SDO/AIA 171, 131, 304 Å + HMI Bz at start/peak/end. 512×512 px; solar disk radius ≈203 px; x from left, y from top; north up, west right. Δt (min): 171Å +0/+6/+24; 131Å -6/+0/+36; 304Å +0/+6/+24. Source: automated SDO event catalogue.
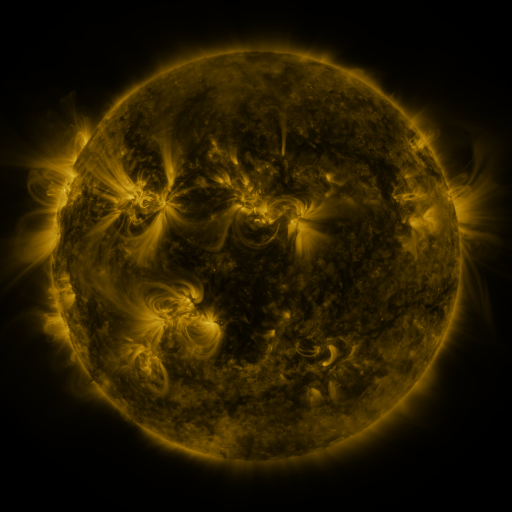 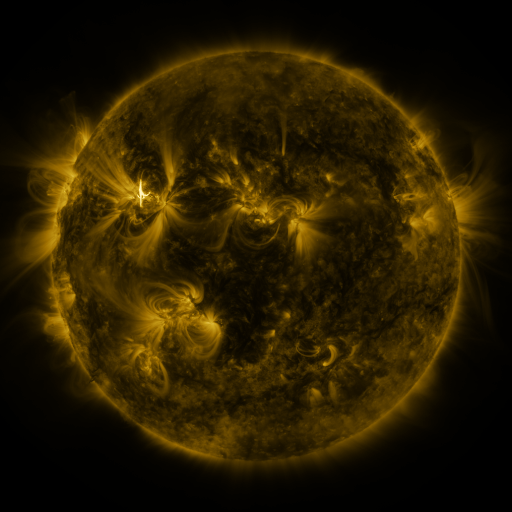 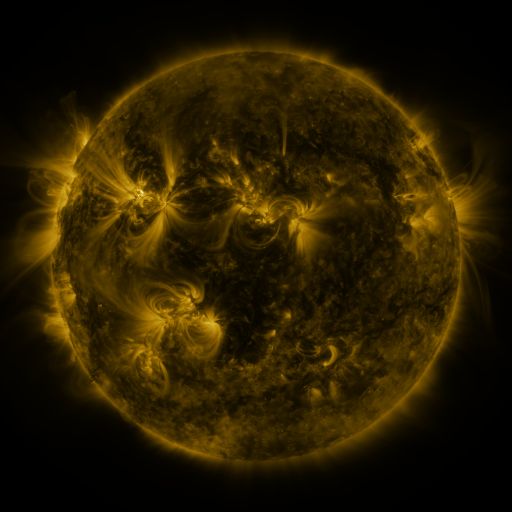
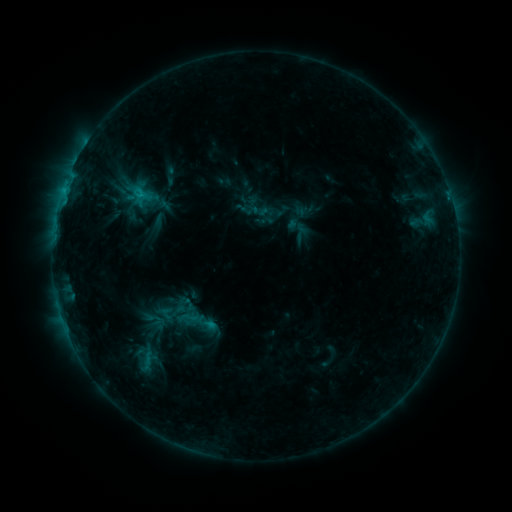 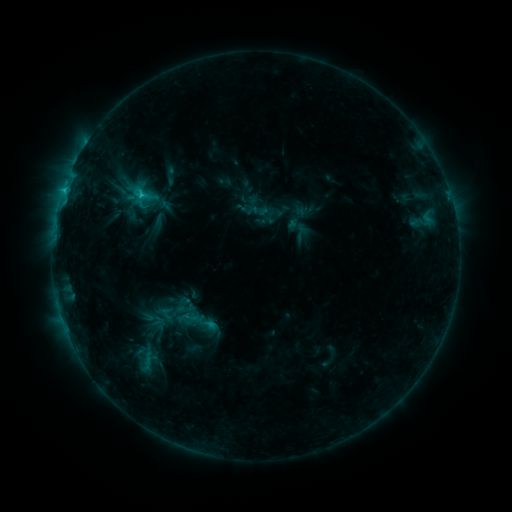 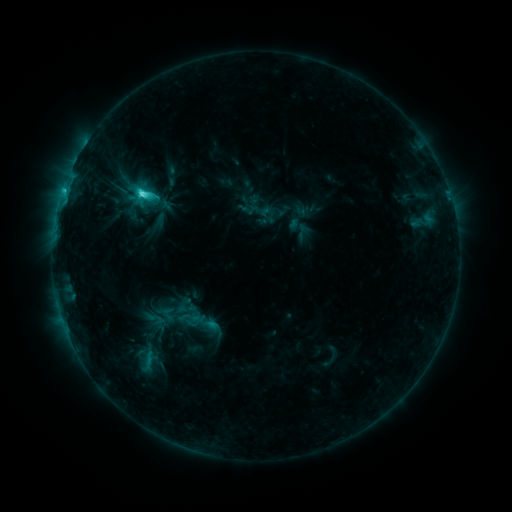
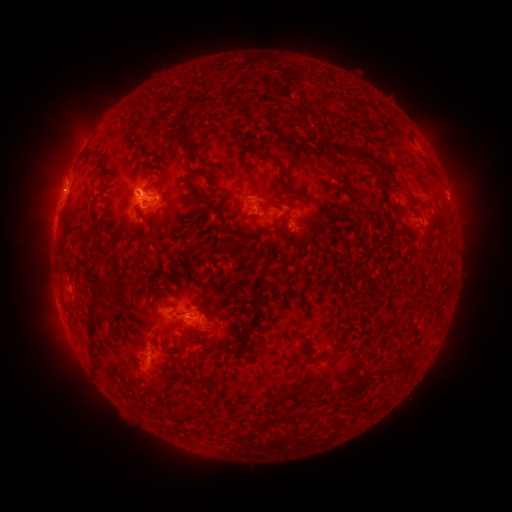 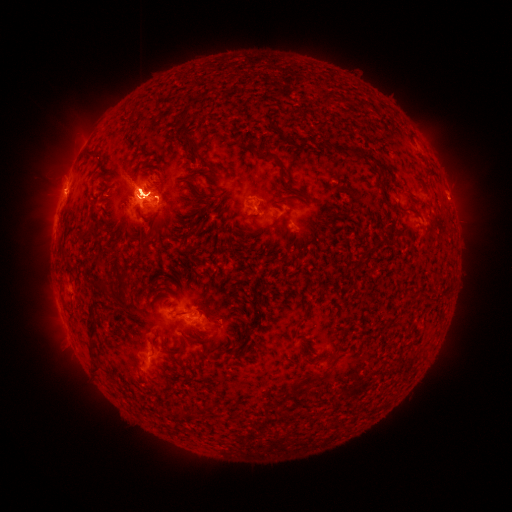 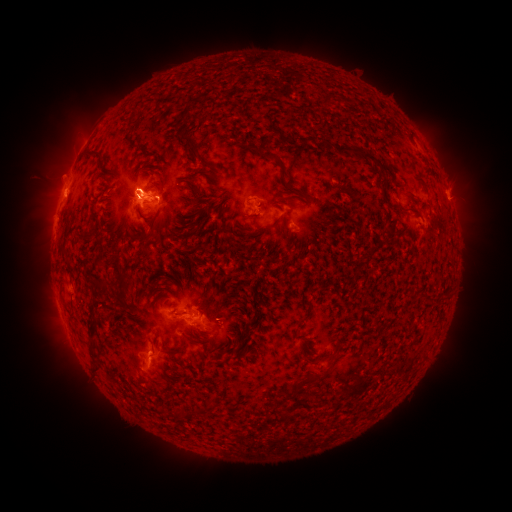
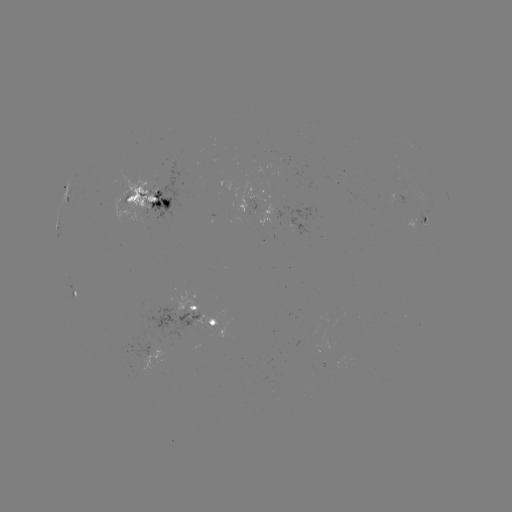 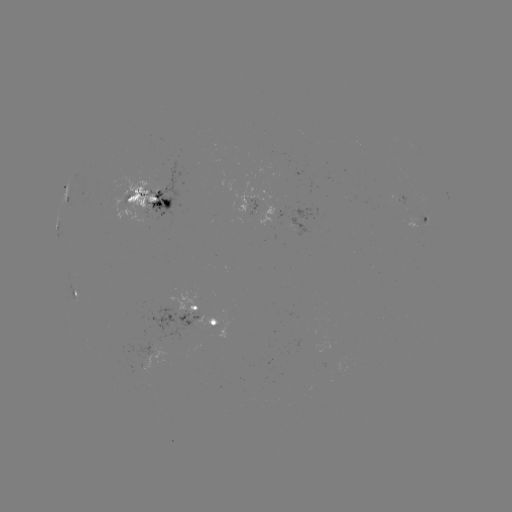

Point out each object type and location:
M1.8 flare: (141, 193)
